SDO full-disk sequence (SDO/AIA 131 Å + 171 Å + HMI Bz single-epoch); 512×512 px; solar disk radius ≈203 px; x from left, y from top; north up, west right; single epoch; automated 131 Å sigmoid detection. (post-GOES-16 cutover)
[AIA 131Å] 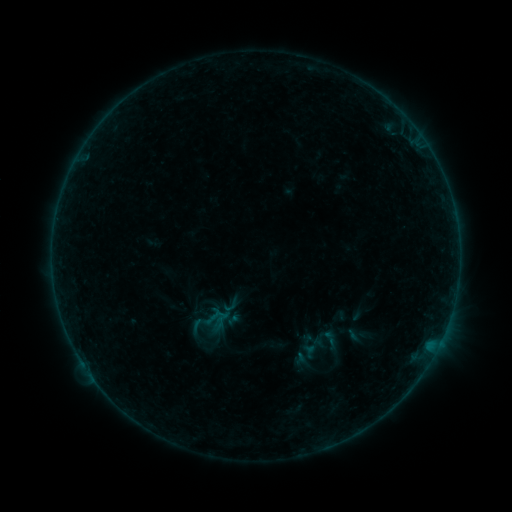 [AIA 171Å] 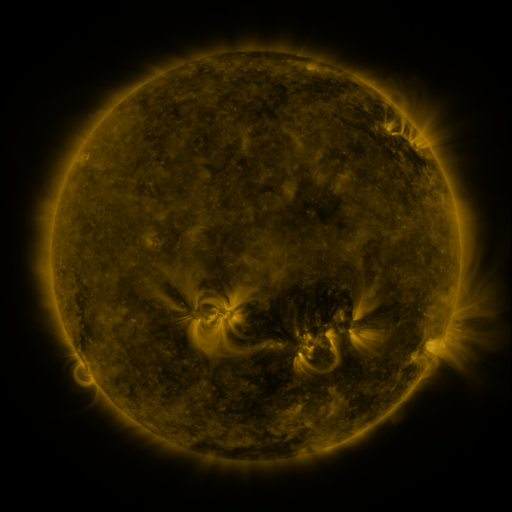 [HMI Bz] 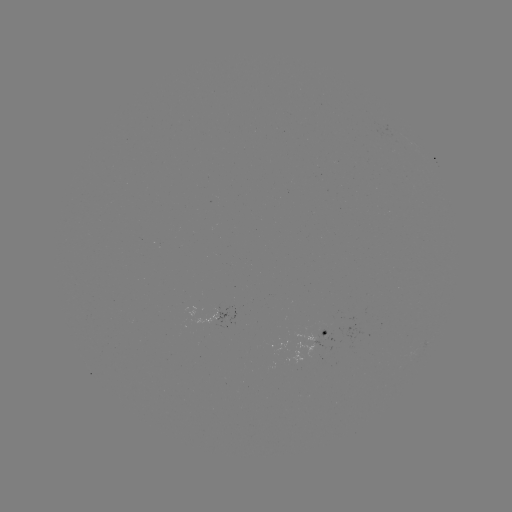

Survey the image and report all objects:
sigmoid: (197, 326)
sigmoid: (329, 339)
